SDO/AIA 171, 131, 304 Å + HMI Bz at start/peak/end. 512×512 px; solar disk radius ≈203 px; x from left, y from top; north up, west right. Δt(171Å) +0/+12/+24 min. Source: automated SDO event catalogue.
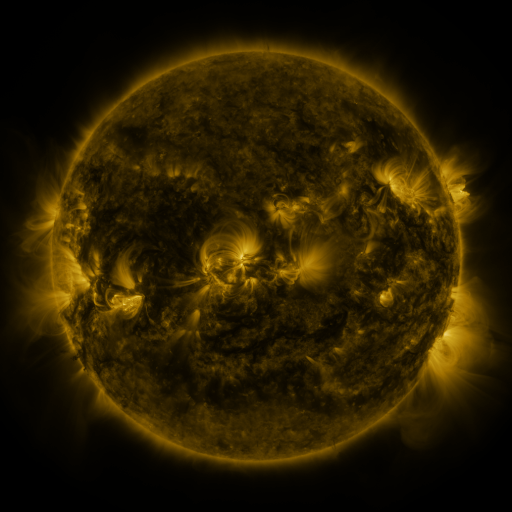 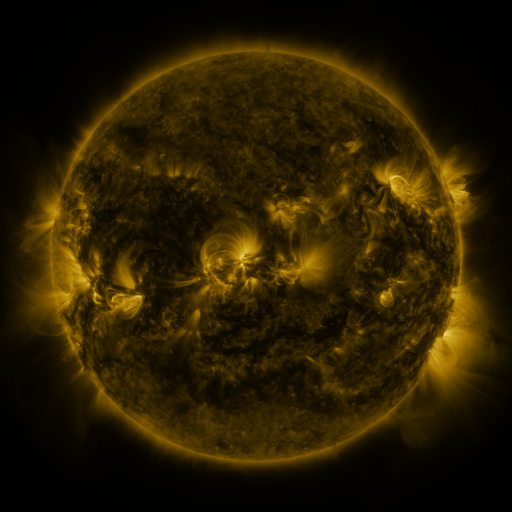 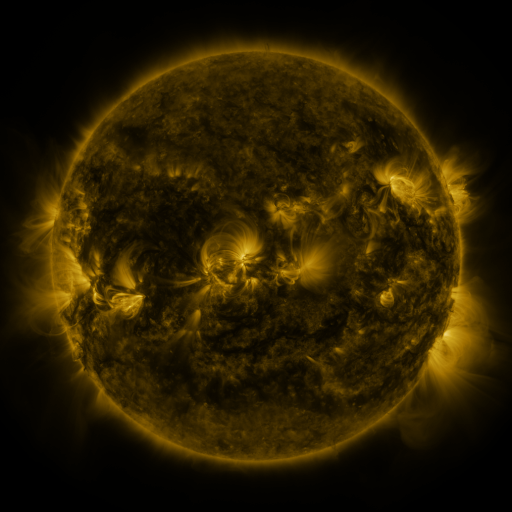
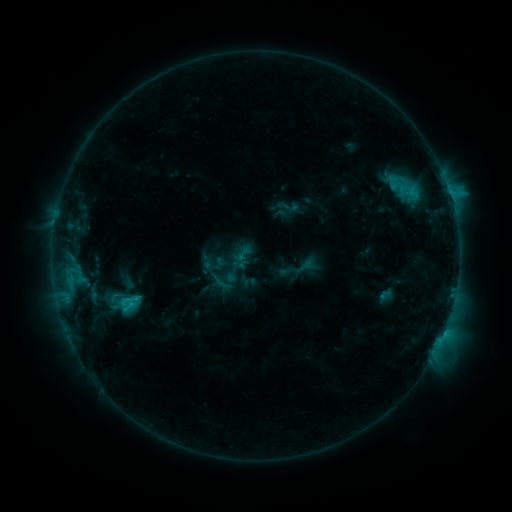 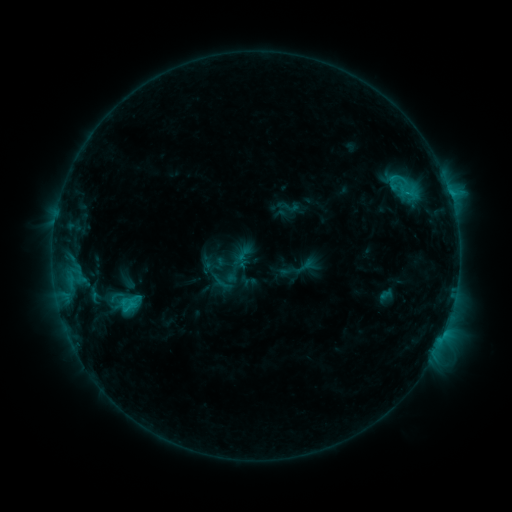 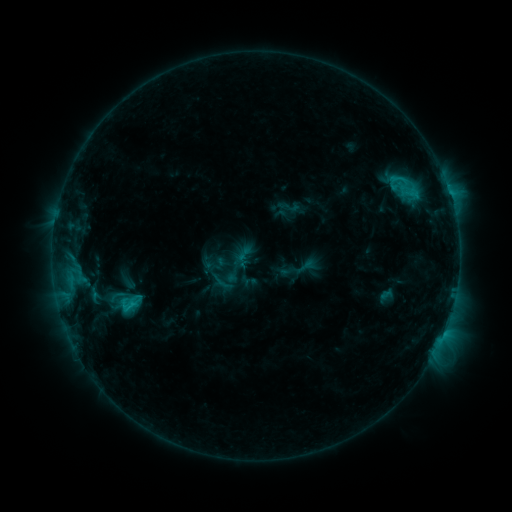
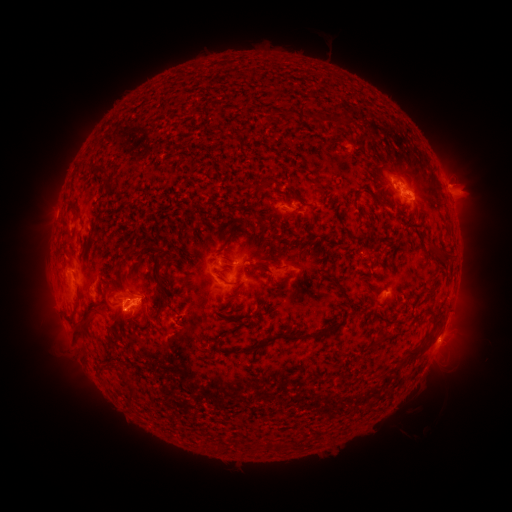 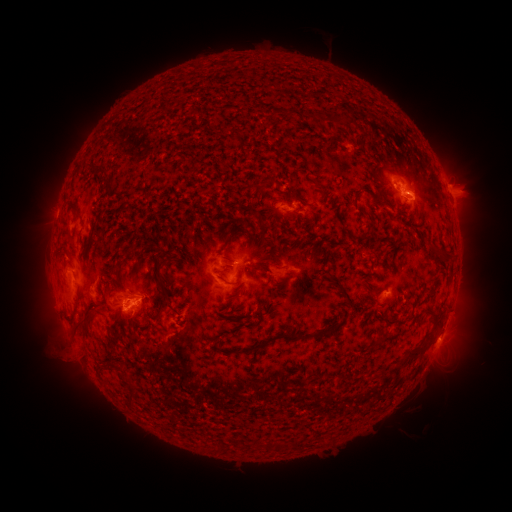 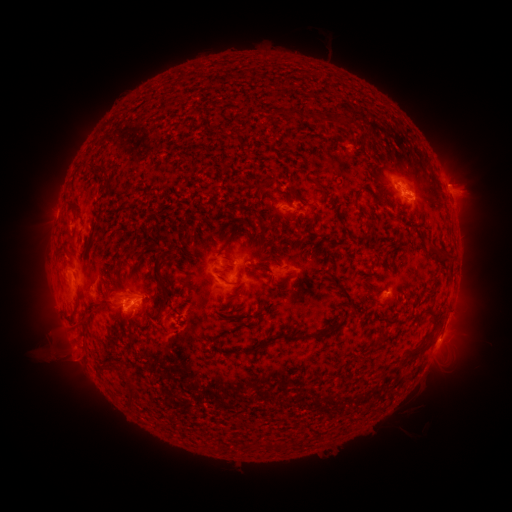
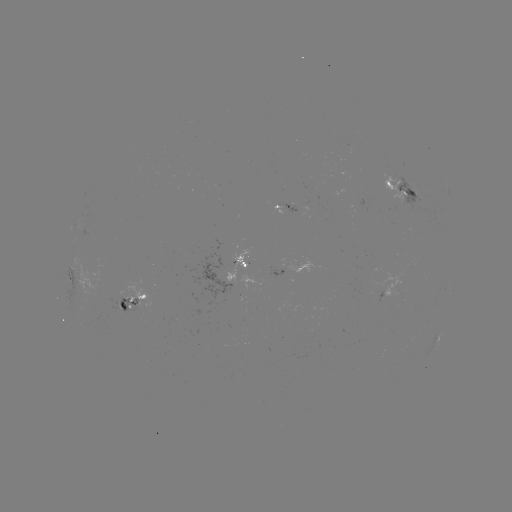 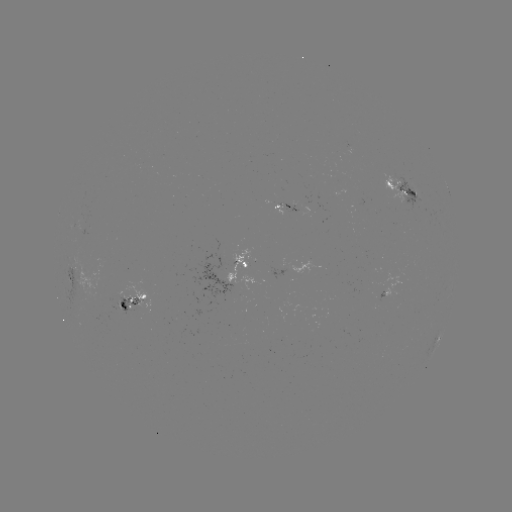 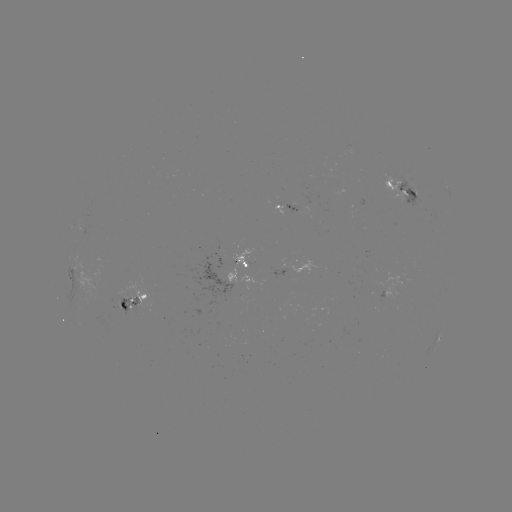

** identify eruption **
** [61, 351] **